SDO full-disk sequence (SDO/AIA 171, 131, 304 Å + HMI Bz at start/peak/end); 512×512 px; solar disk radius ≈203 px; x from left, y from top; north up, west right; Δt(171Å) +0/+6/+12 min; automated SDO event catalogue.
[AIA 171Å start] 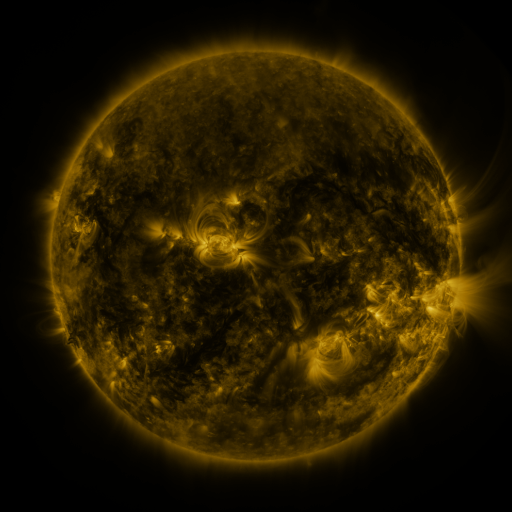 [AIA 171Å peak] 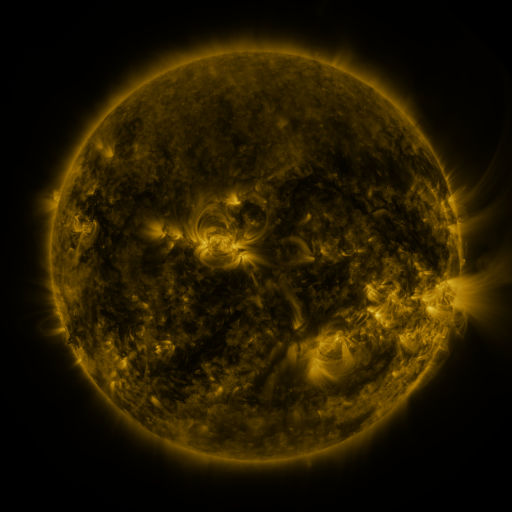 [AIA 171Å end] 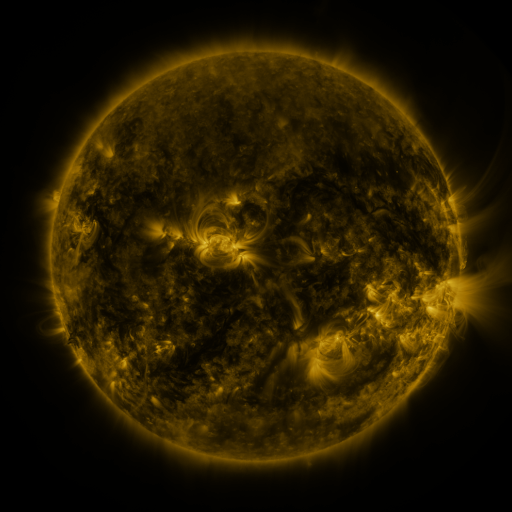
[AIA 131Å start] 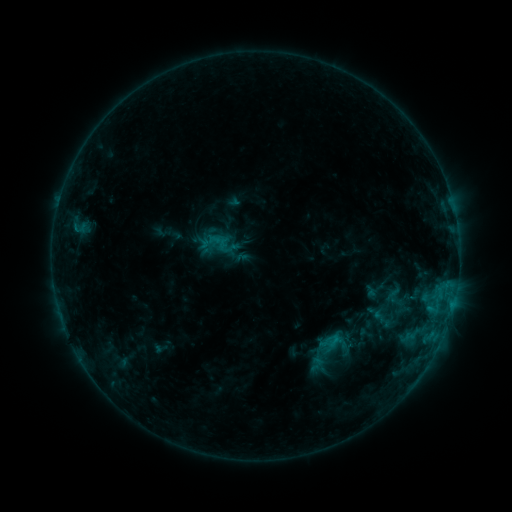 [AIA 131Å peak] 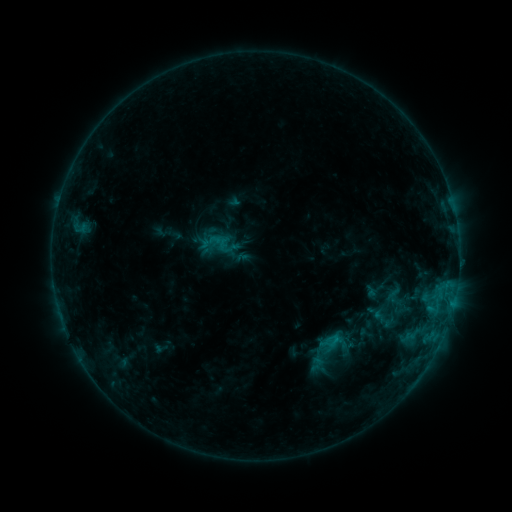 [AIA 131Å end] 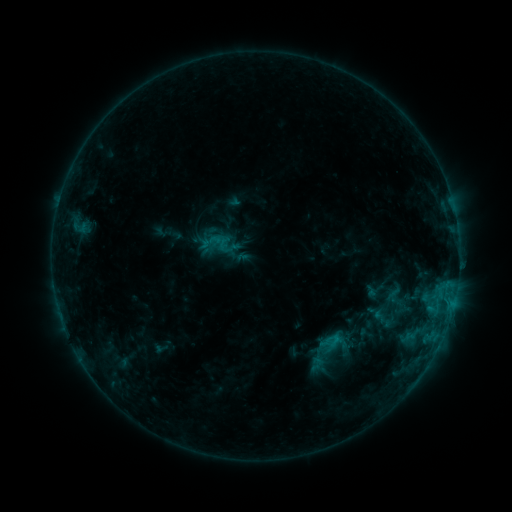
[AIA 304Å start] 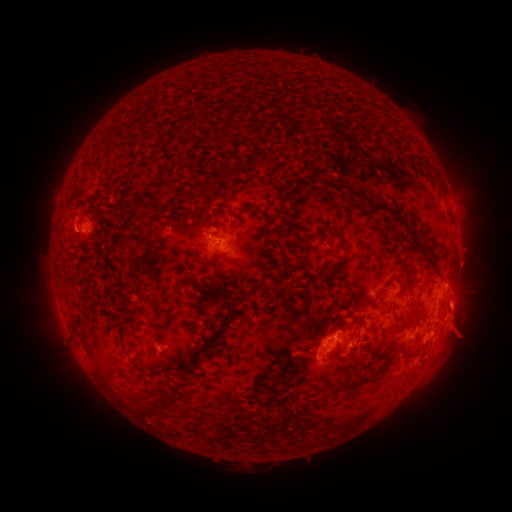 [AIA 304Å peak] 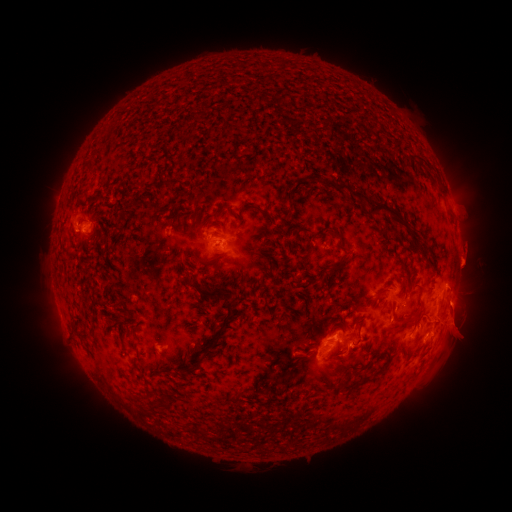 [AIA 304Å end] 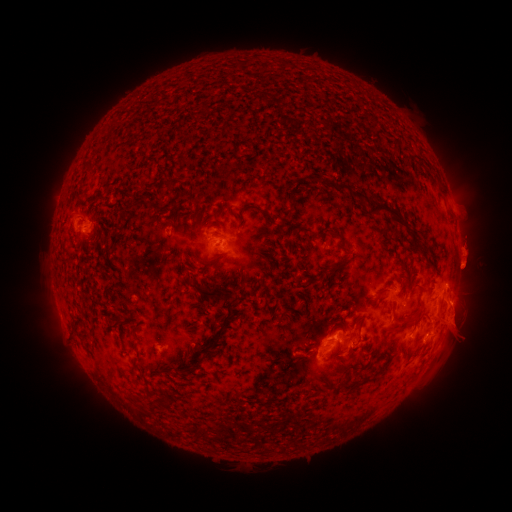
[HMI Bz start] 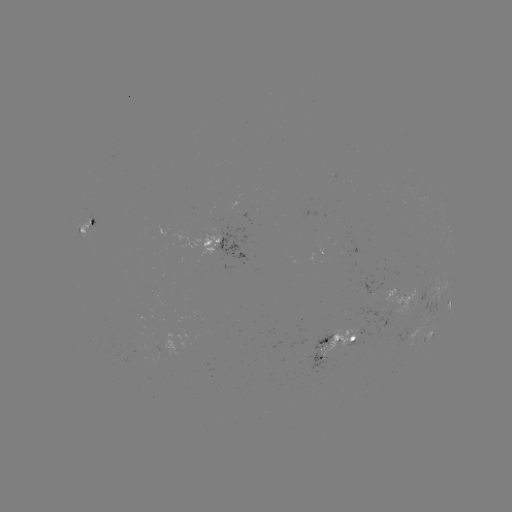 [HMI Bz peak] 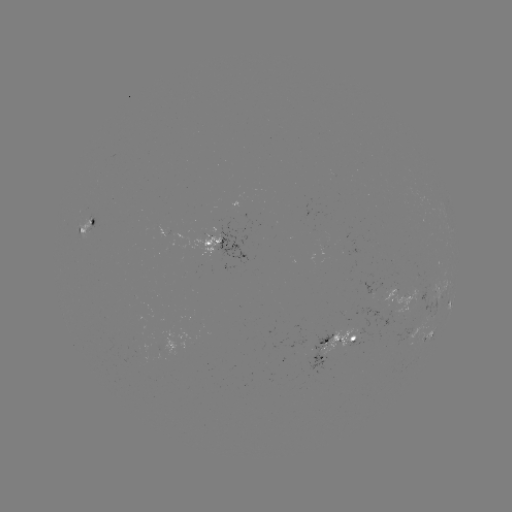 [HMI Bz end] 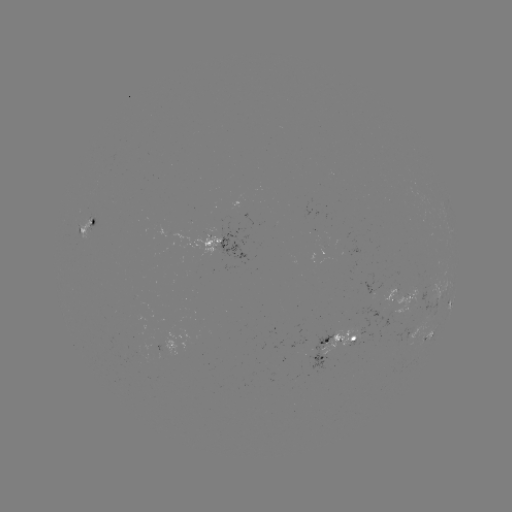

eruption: <bbox>440, 219, 500, 290</bbox>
